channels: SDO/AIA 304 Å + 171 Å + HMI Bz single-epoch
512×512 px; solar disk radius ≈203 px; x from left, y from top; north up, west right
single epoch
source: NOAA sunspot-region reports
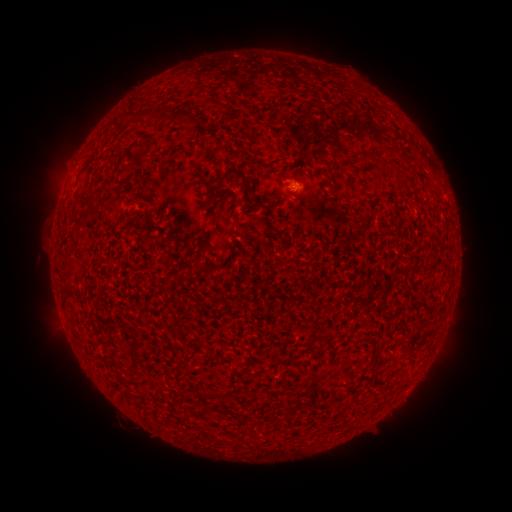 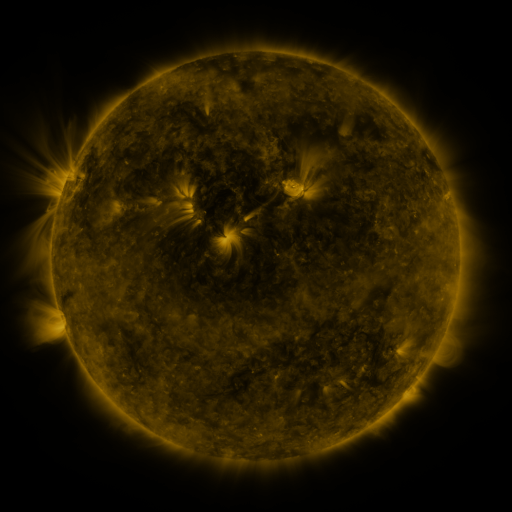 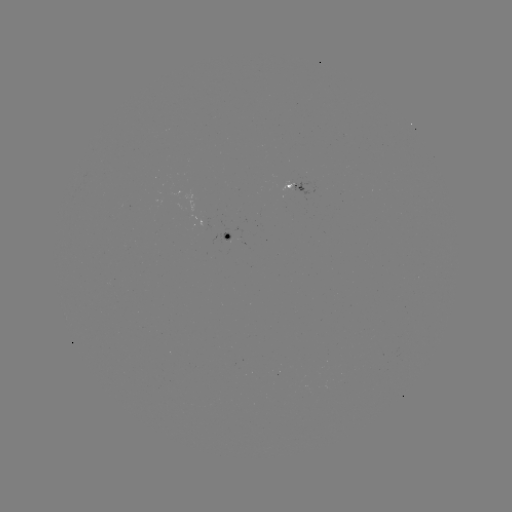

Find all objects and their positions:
spotted active region: (296, 186)
spotted active region: (231, 238)
